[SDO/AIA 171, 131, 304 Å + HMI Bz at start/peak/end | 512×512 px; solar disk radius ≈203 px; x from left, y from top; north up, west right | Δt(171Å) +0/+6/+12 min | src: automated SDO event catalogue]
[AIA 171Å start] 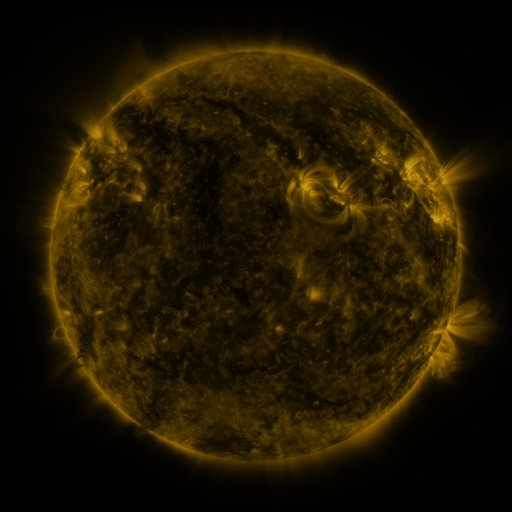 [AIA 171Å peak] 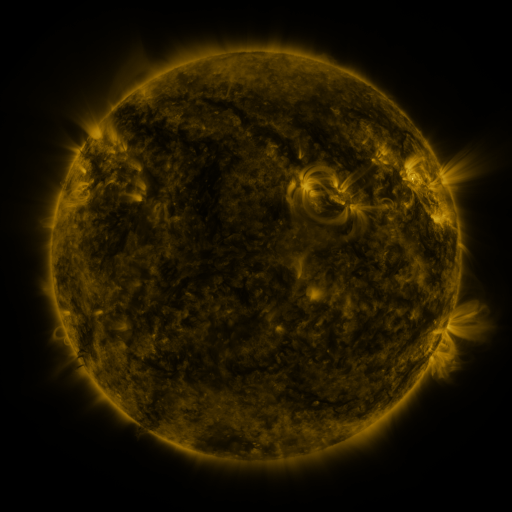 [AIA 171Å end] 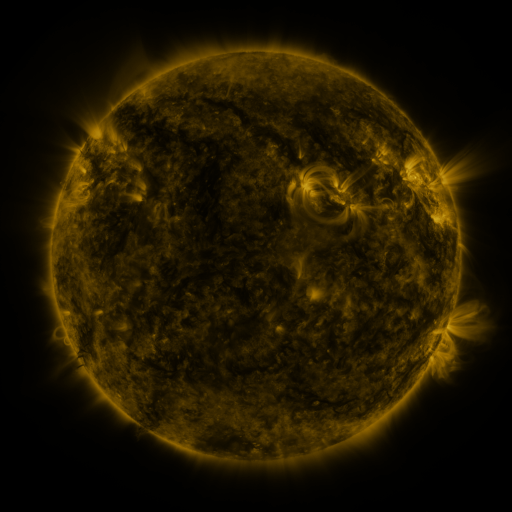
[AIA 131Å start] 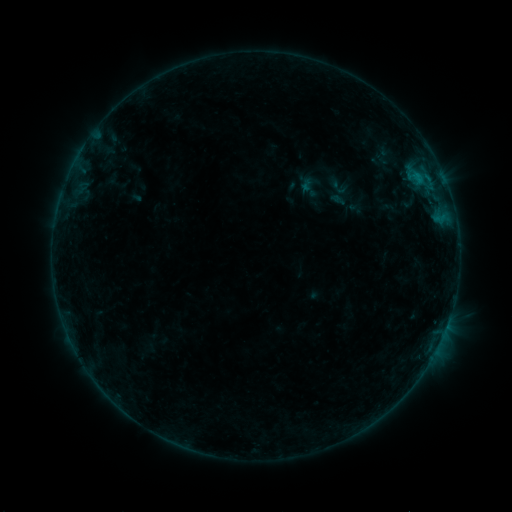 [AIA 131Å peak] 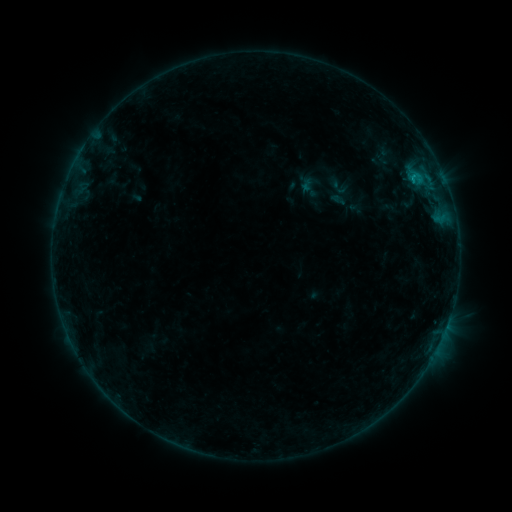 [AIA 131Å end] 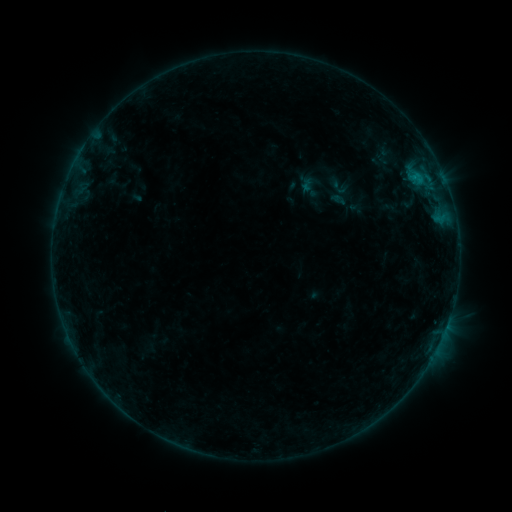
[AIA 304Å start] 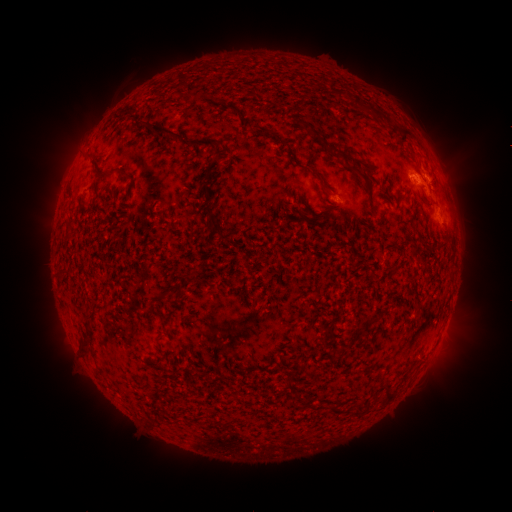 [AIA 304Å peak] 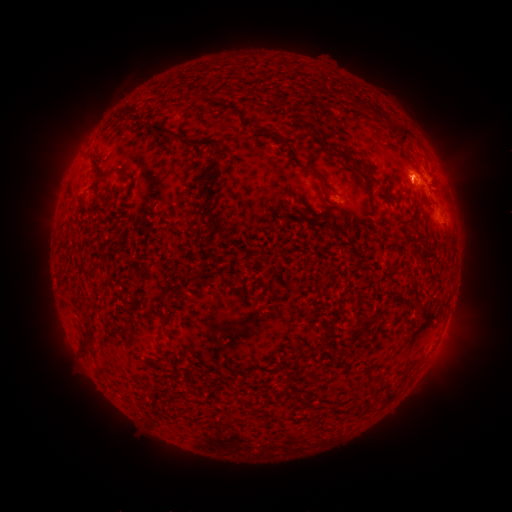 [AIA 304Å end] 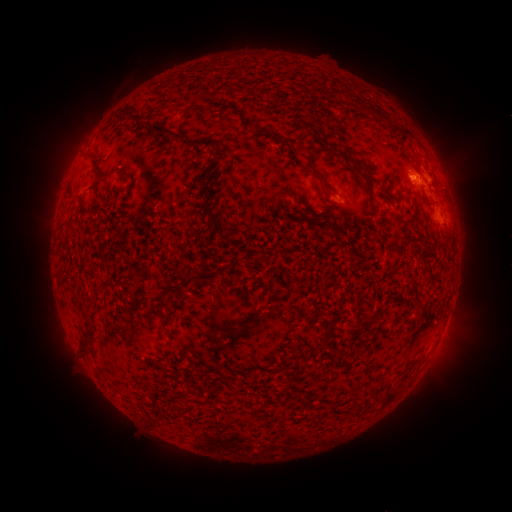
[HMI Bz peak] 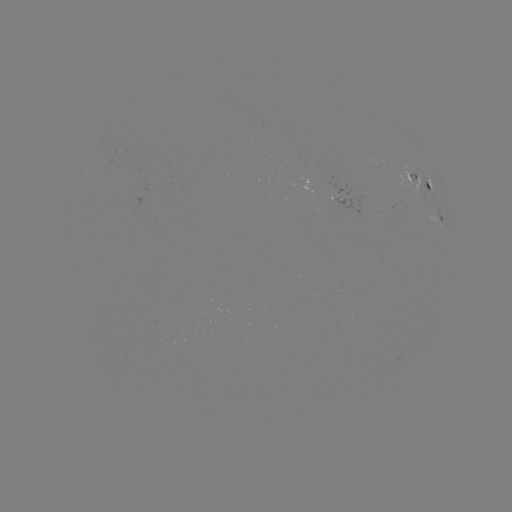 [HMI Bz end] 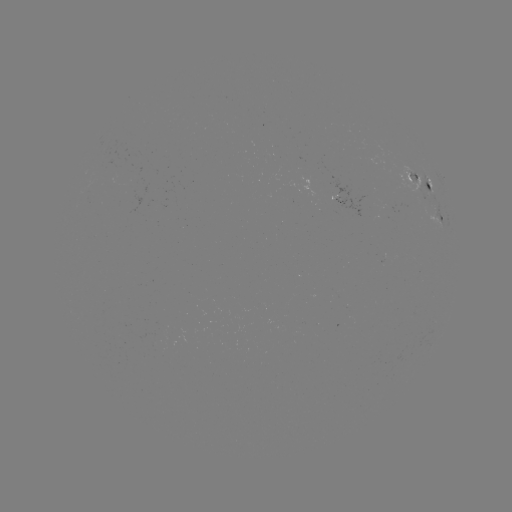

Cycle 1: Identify B3.9 flare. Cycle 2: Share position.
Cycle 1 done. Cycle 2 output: (410, 180).